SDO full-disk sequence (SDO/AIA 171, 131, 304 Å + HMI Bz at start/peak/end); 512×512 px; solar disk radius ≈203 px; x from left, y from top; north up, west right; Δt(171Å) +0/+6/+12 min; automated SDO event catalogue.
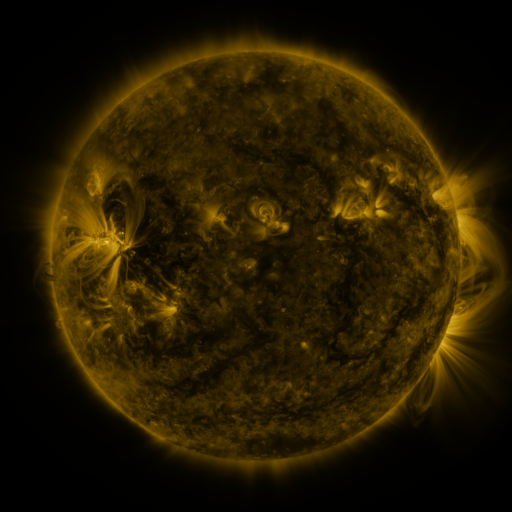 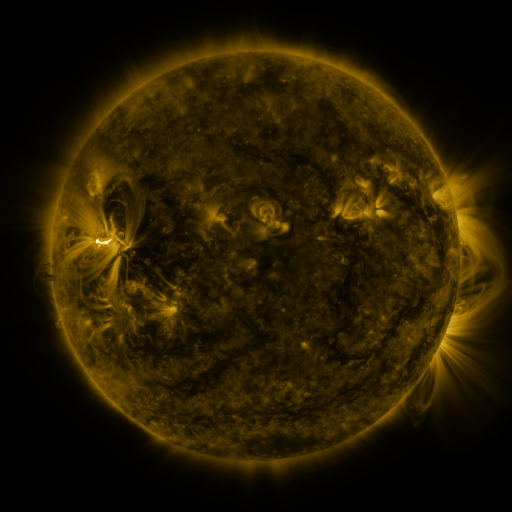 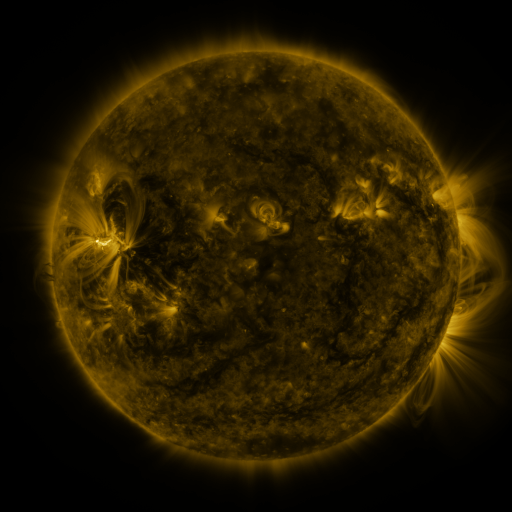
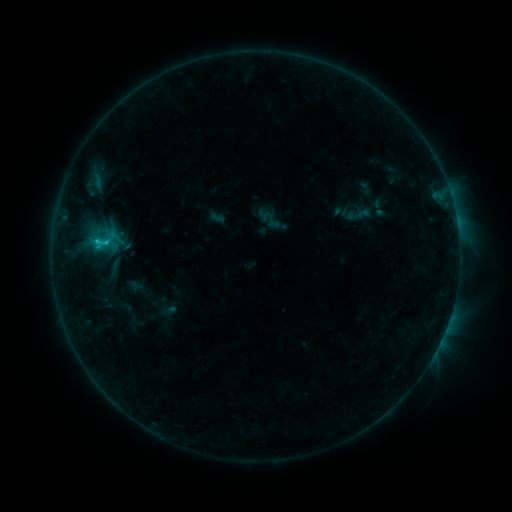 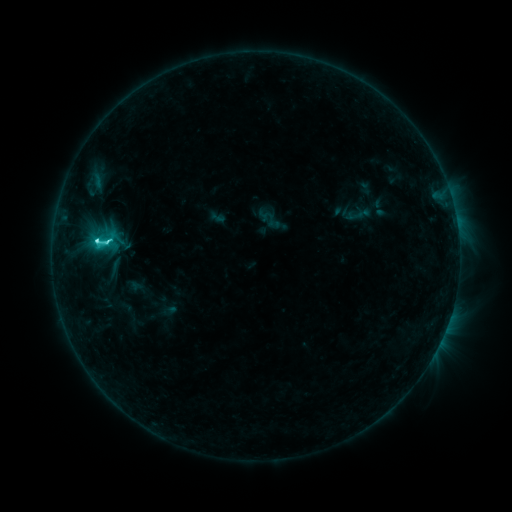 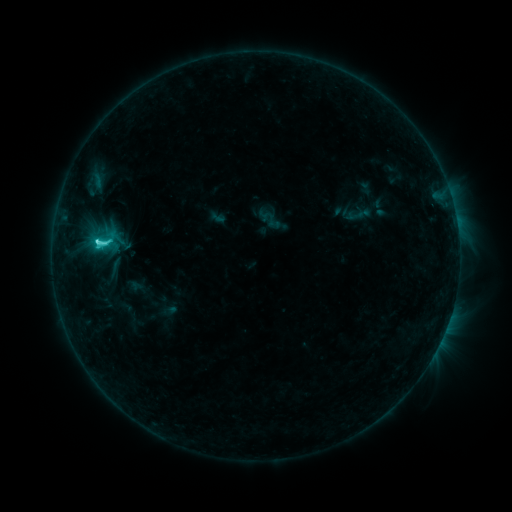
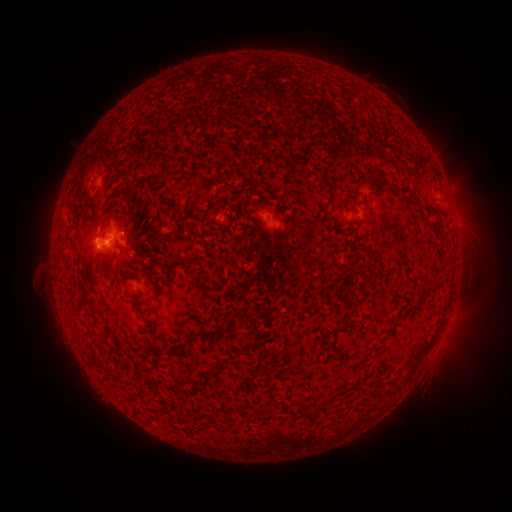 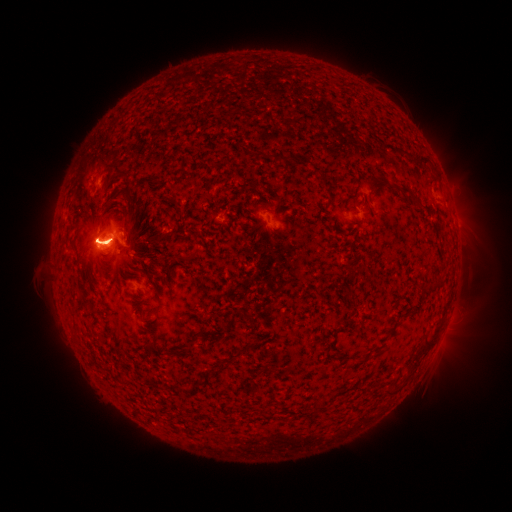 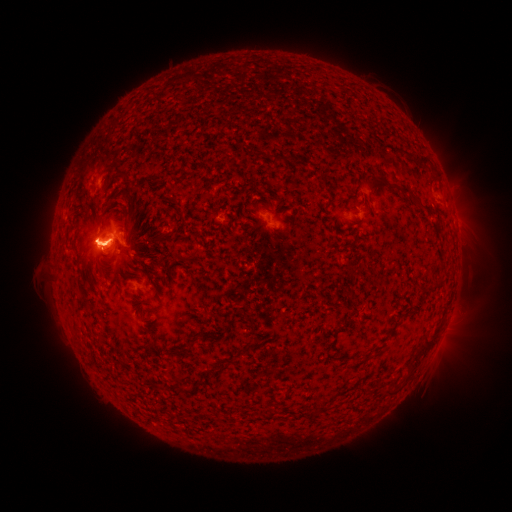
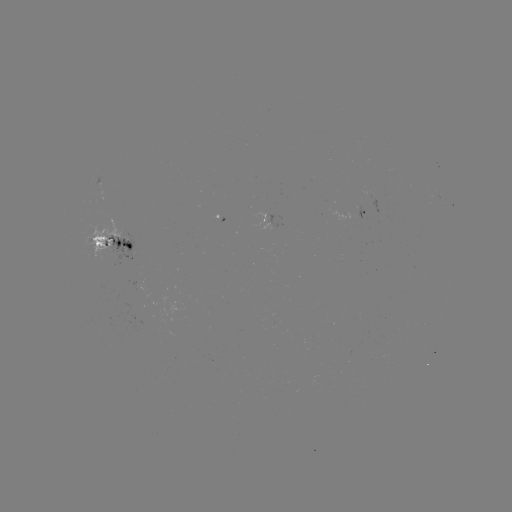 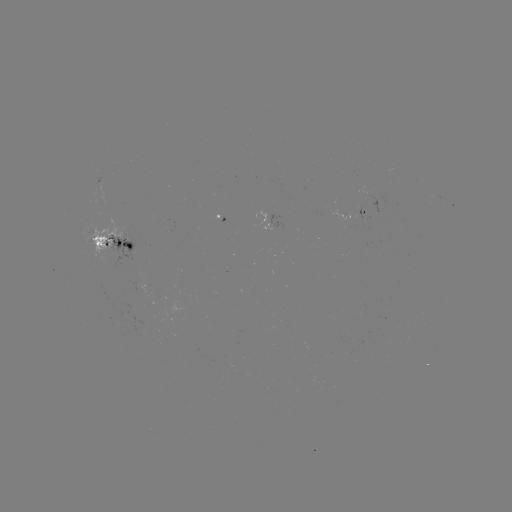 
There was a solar flare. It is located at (98, 244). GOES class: C5.8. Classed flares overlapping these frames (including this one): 1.